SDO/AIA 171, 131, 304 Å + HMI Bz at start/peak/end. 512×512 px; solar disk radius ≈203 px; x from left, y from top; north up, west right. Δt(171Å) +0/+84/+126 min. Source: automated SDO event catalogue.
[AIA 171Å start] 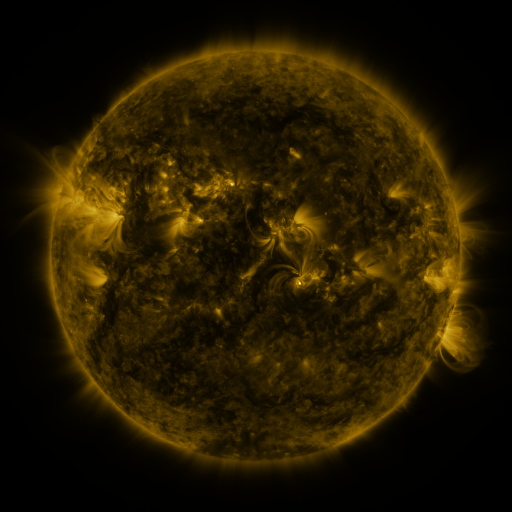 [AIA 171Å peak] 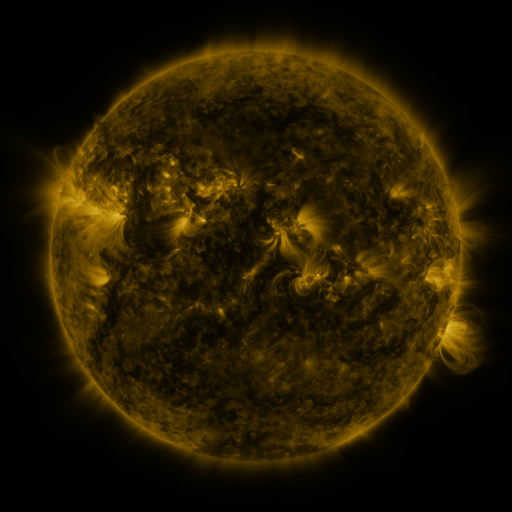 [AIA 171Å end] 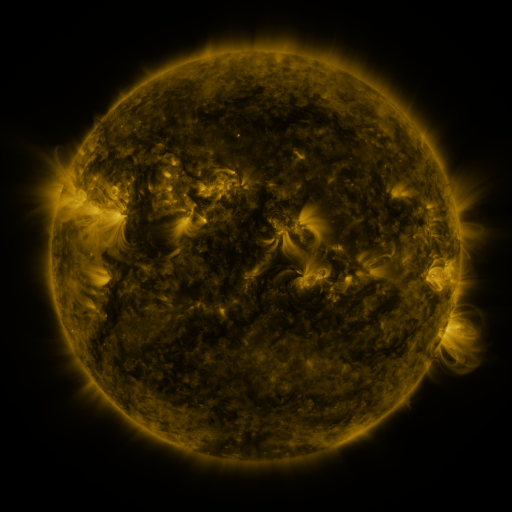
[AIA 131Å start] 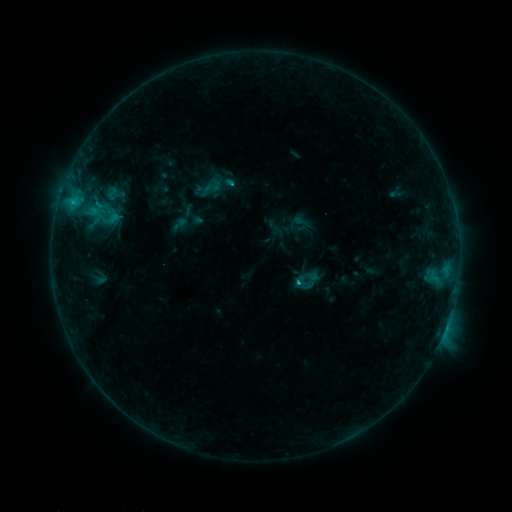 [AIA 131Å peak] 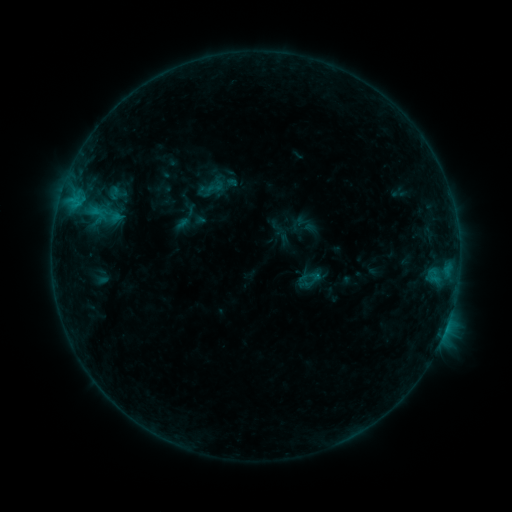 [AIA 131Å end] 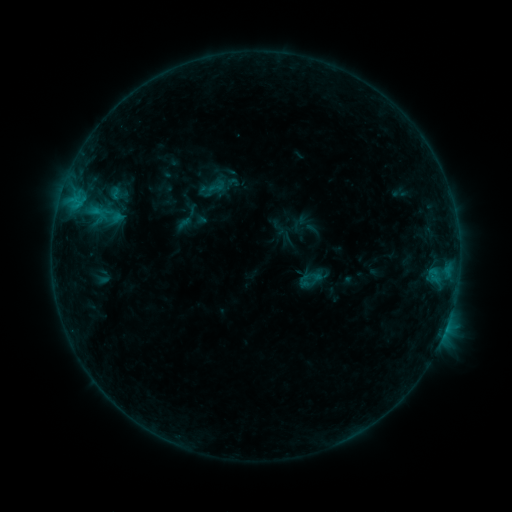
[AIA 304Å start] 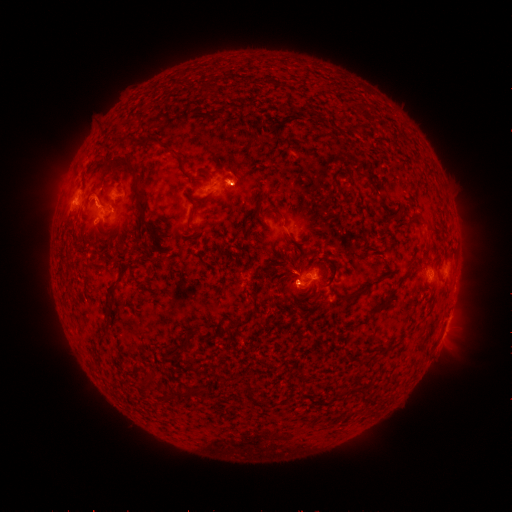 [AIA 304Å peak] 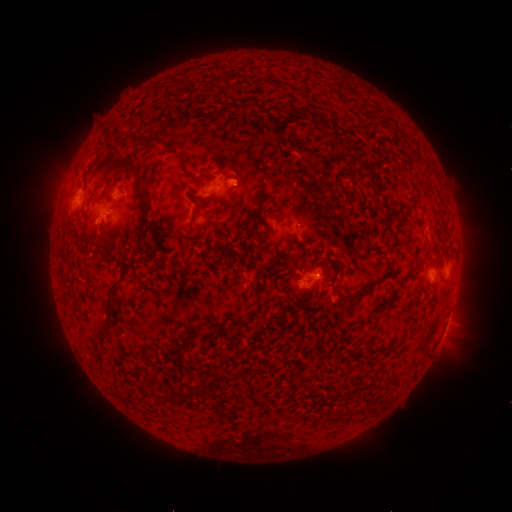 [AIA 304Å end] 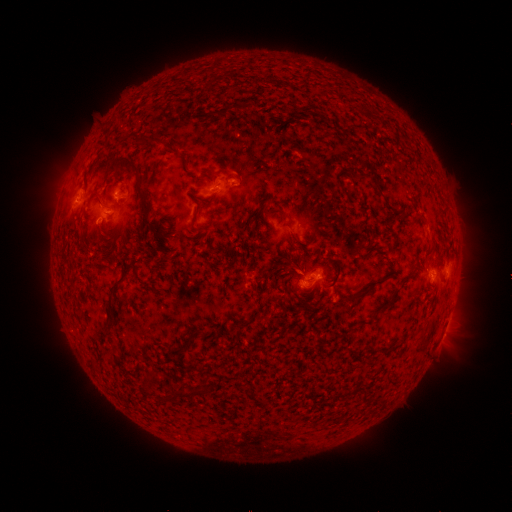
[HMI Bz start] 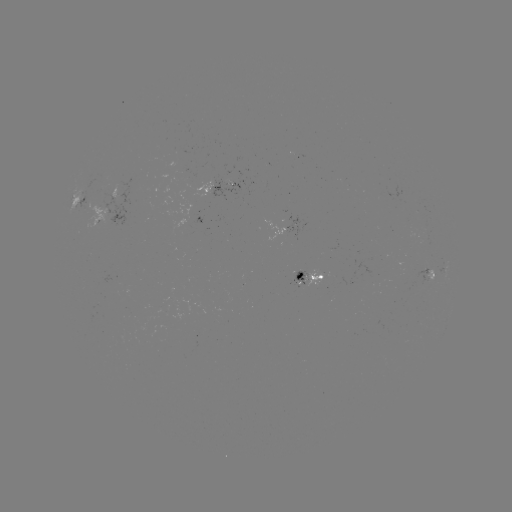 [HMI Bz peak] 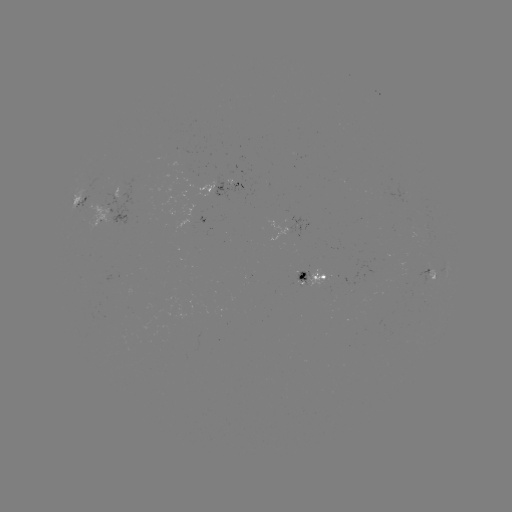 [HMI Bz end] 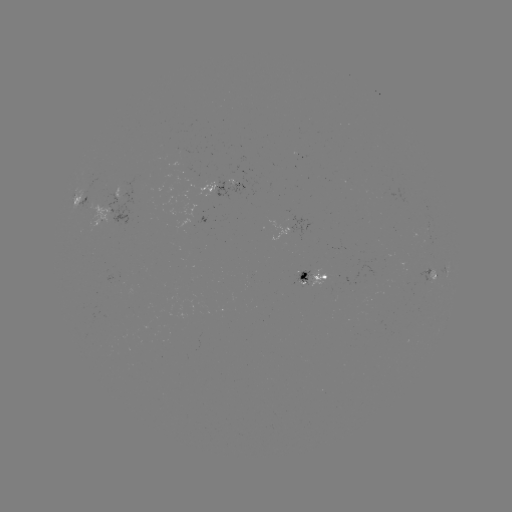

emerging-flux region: <bbox>227, 166, 238, 184</bbox>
